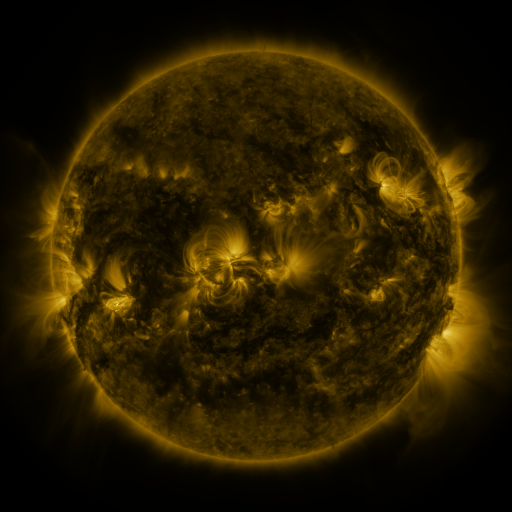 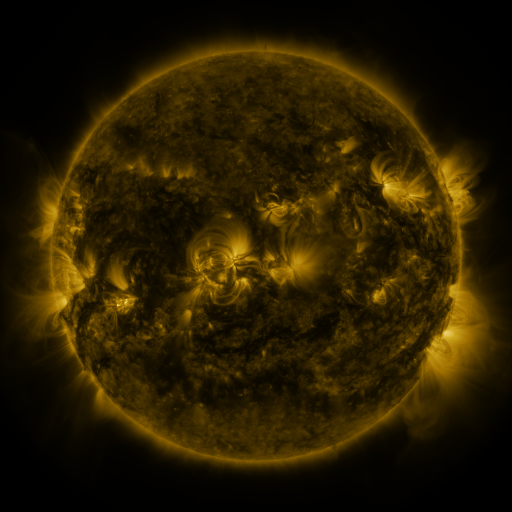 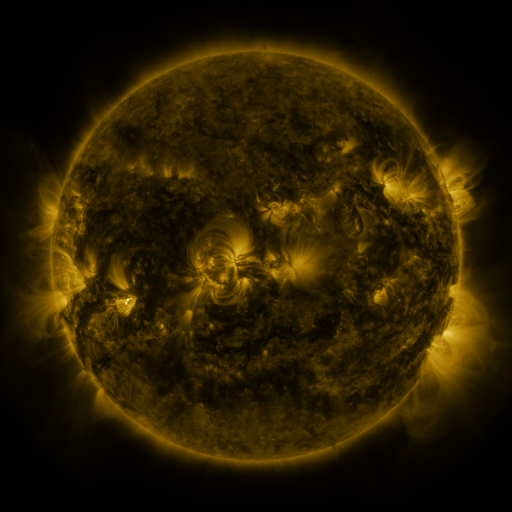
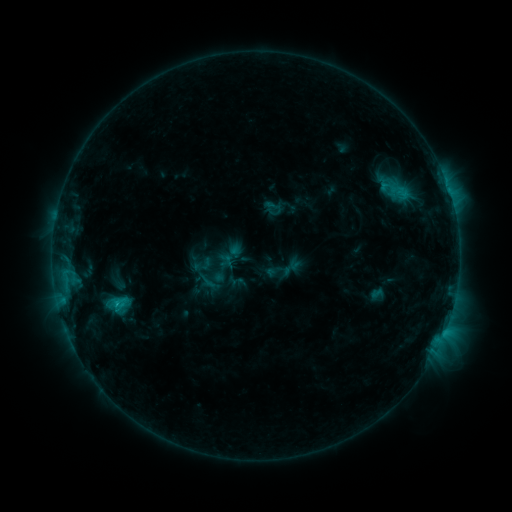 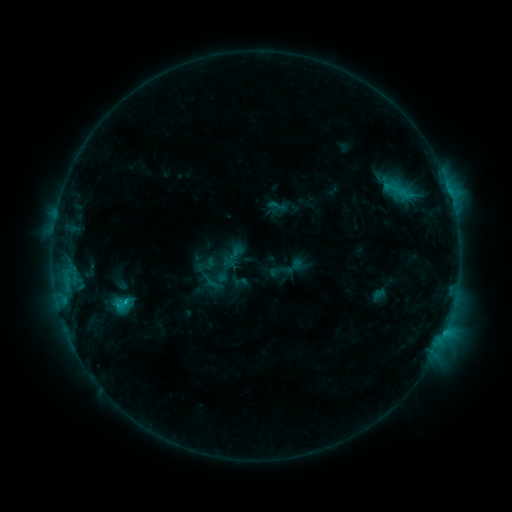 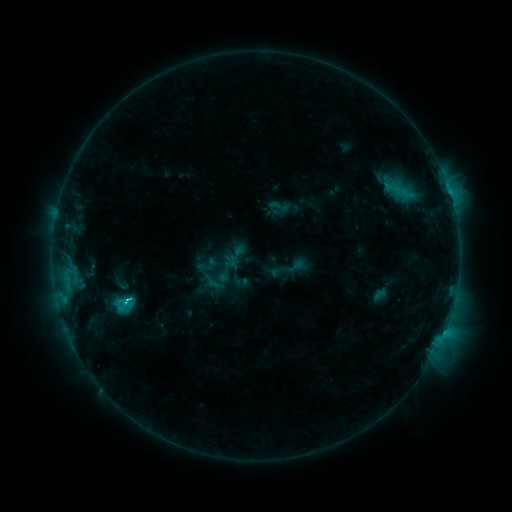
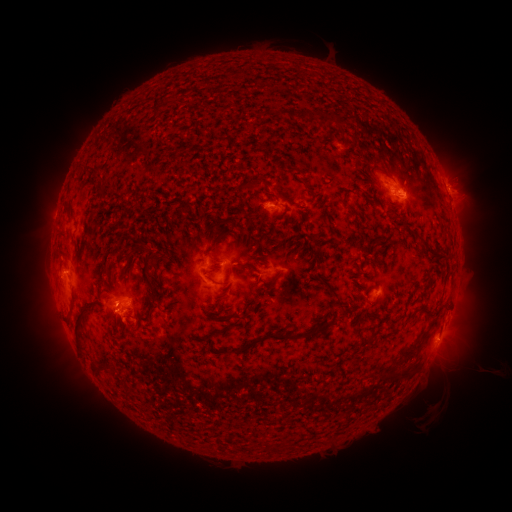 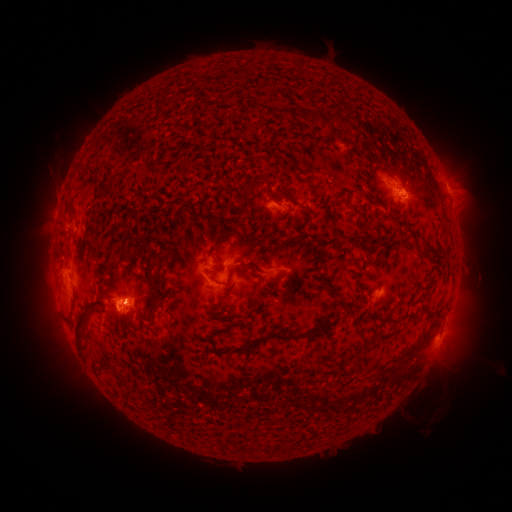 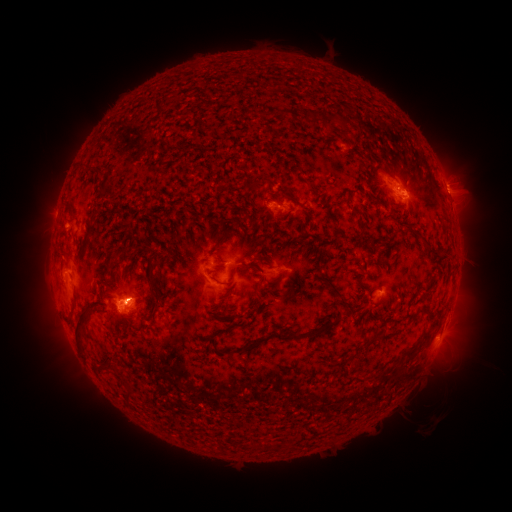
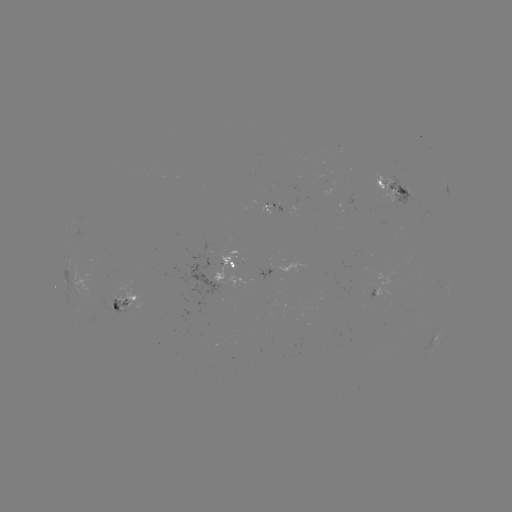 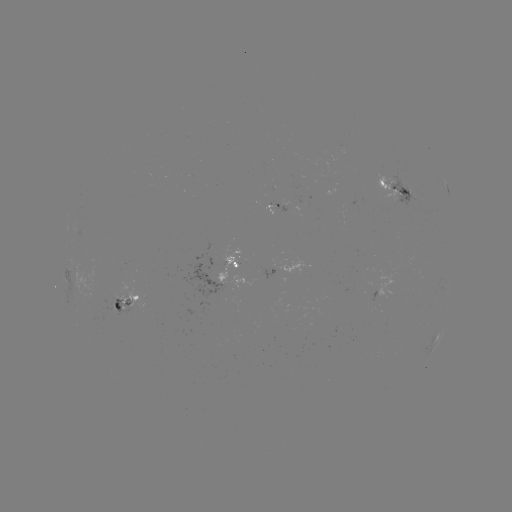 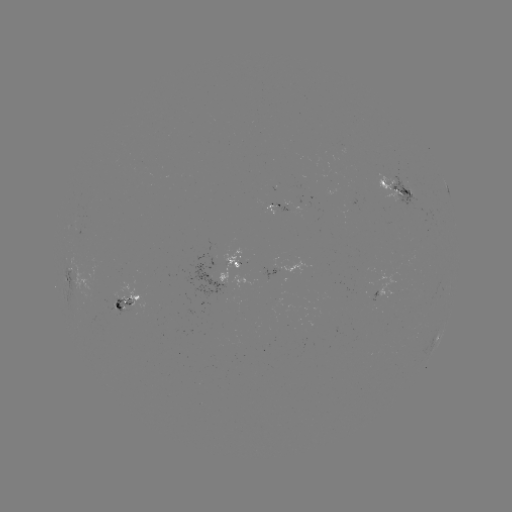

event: emerging-flux region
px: (406, 191)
